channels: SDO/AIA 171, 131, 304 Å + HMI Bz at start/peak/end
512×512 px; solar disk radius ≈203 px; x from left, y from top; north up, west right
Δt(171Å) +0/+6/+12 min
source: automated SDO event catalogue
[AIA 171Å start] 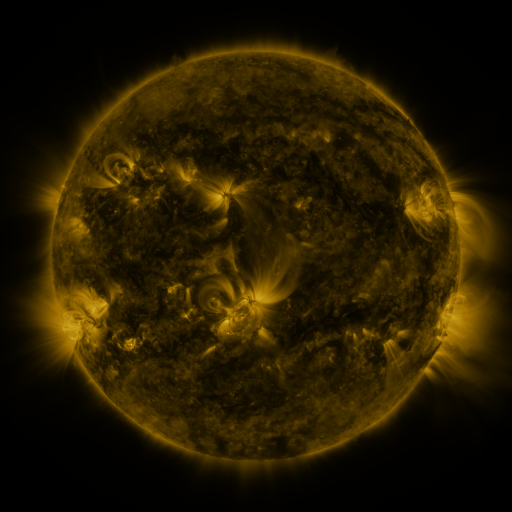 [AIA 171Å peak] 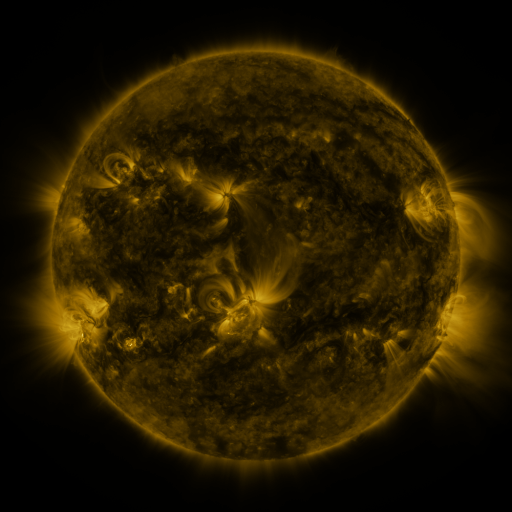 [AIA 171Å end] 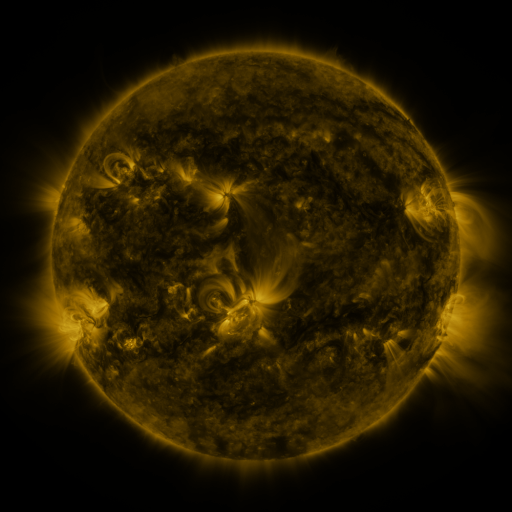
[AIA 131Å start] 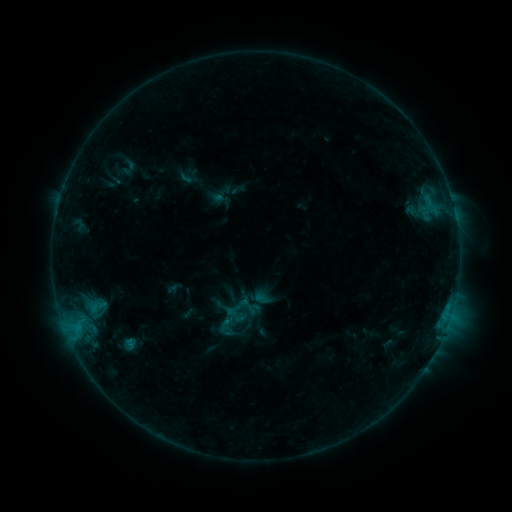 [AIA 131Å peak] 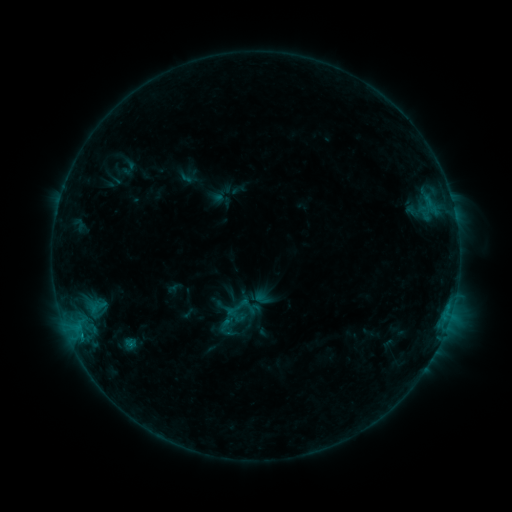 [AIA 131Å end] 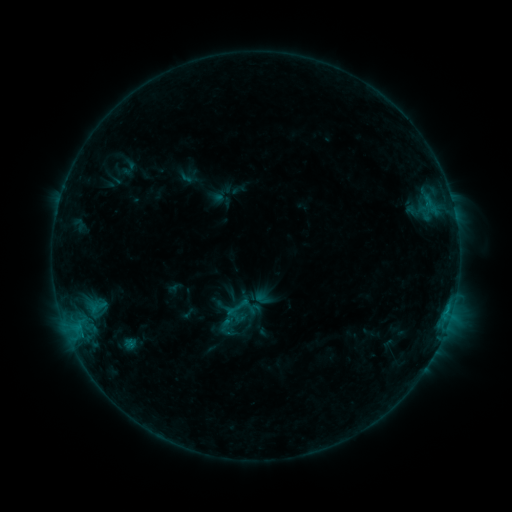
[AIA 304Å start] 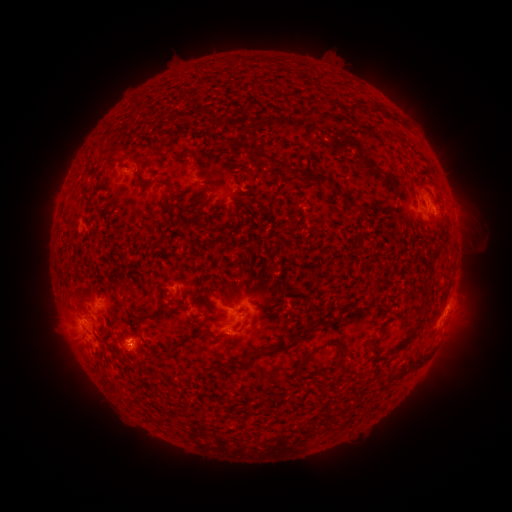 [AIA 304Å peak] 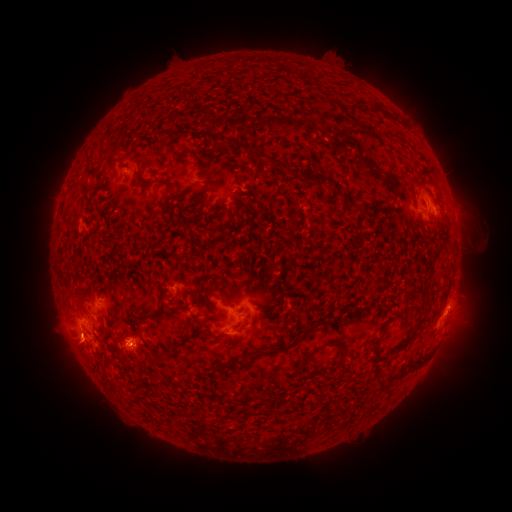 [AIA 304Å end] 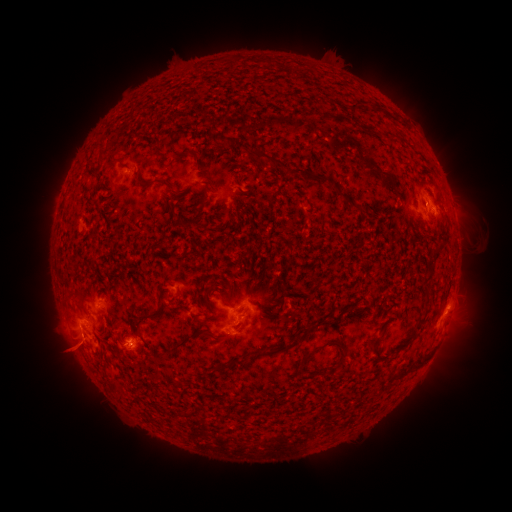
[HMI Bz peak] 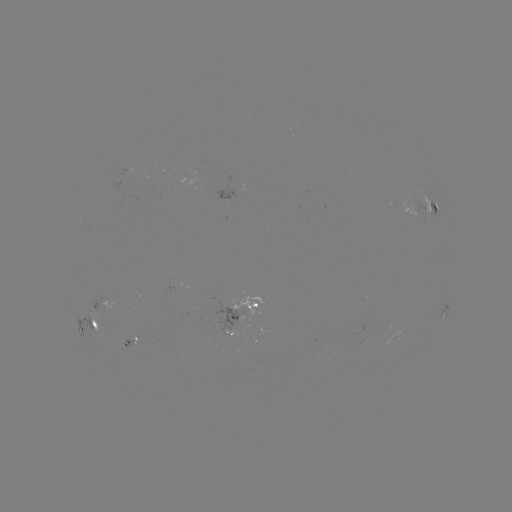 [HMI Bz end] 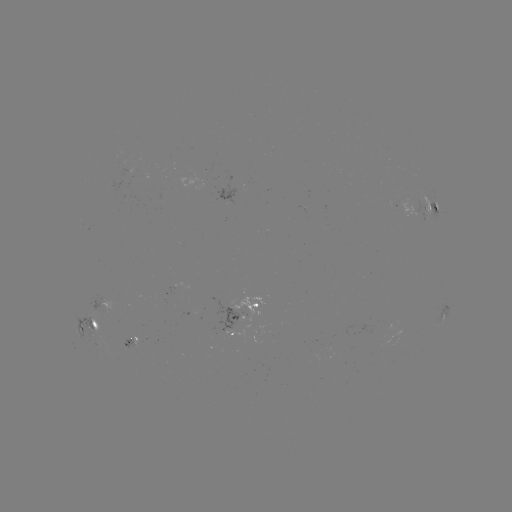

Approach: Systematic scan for eruption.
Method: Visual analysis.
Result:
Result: eruption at [75, 350].